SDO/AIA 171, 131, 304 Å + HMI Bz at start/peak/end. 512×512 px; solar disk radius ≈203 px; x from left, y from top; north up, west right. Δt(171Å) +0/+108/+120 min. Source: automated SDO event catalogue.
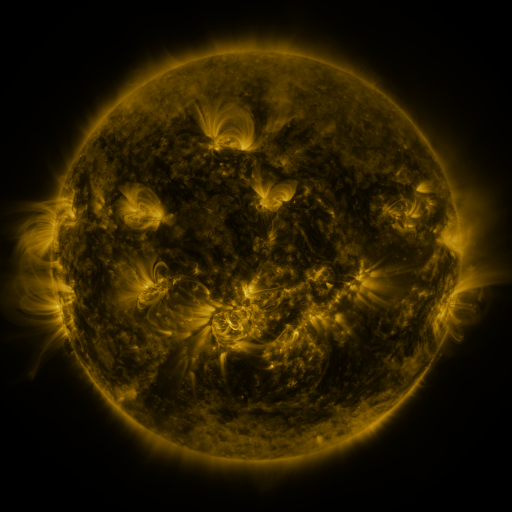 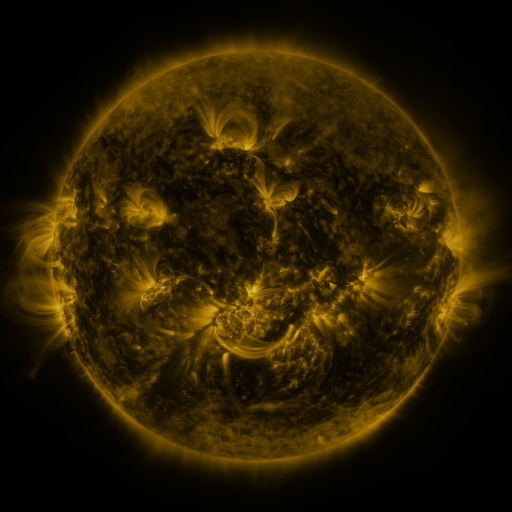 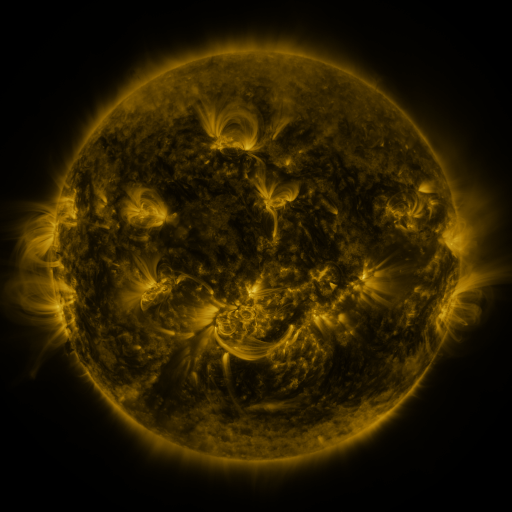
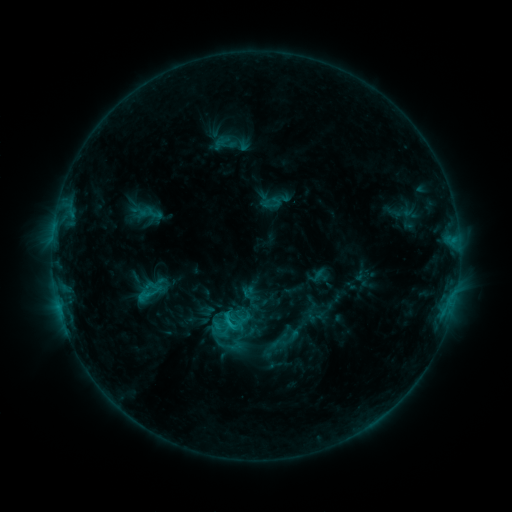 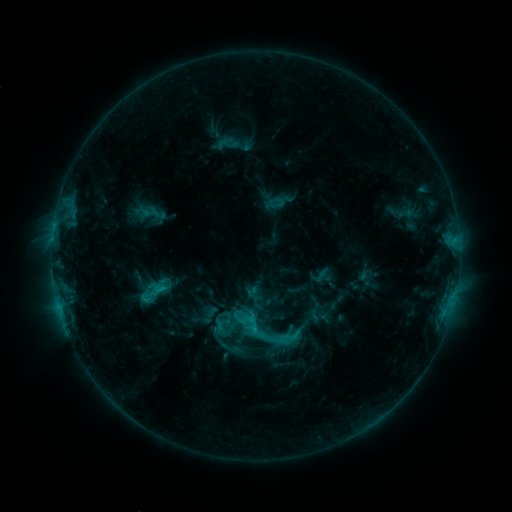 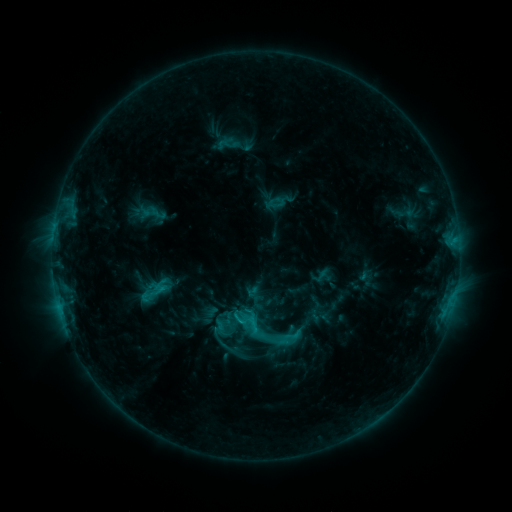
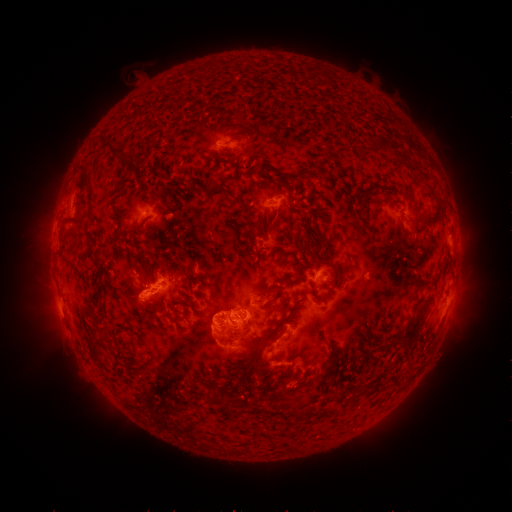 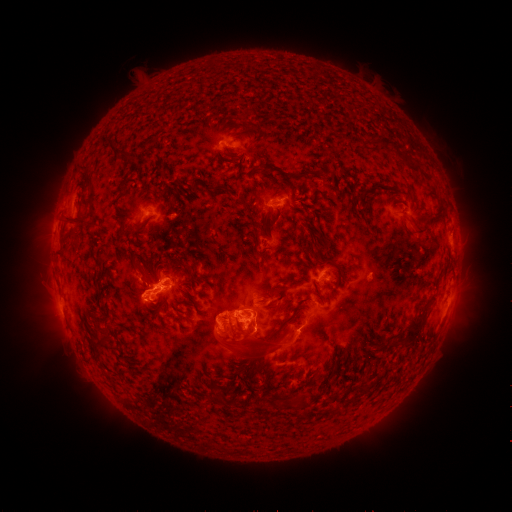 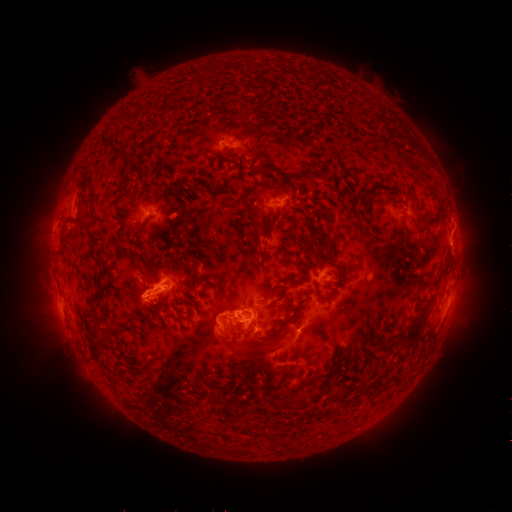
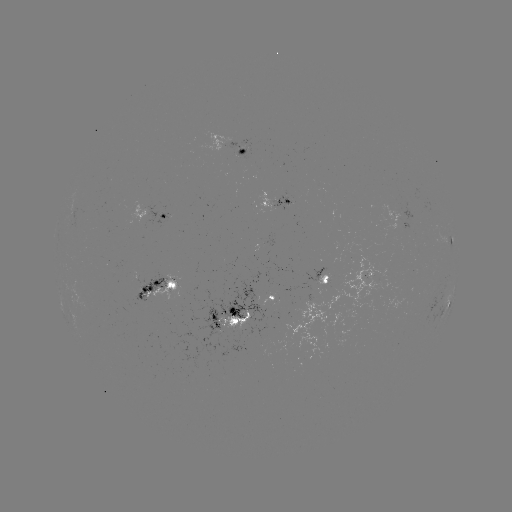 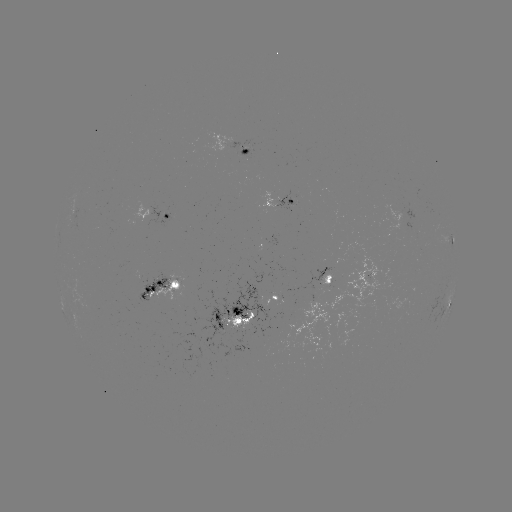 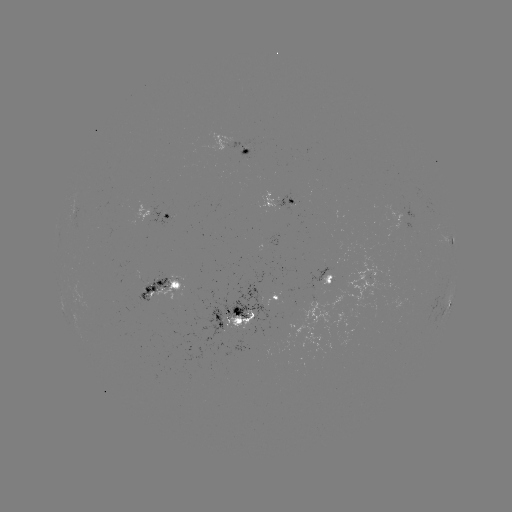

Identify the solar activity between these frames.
emerging-flux region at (148, 289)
